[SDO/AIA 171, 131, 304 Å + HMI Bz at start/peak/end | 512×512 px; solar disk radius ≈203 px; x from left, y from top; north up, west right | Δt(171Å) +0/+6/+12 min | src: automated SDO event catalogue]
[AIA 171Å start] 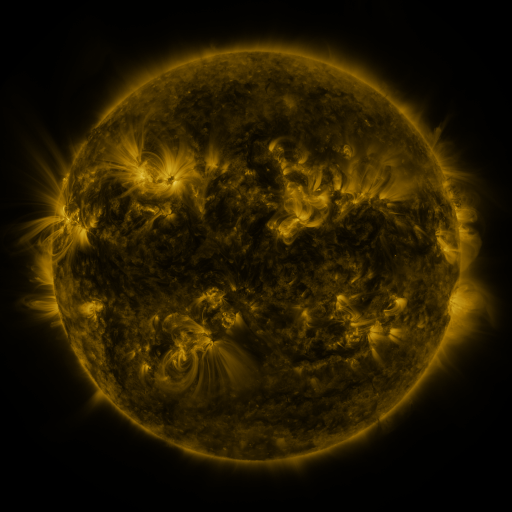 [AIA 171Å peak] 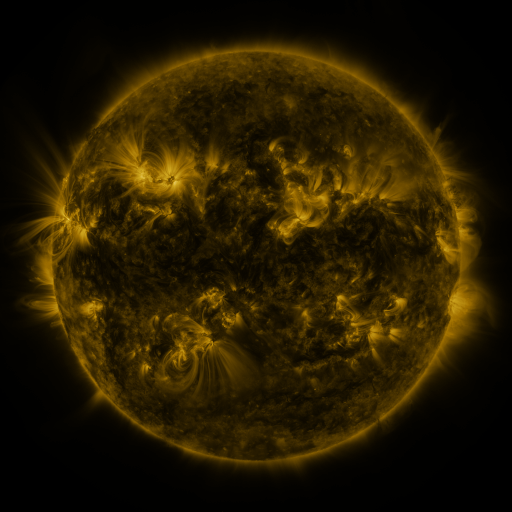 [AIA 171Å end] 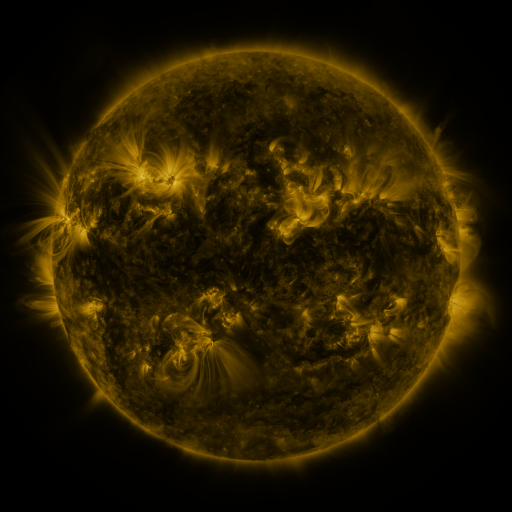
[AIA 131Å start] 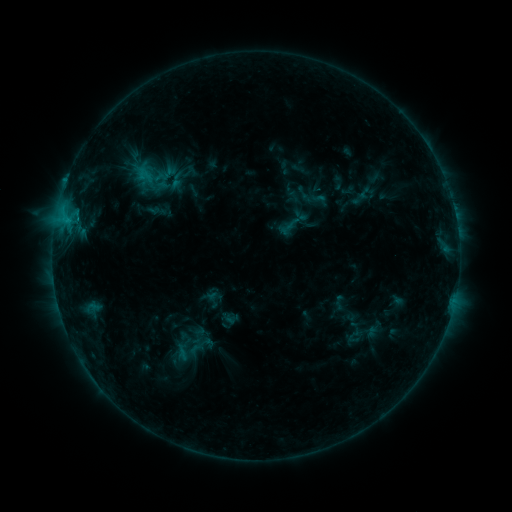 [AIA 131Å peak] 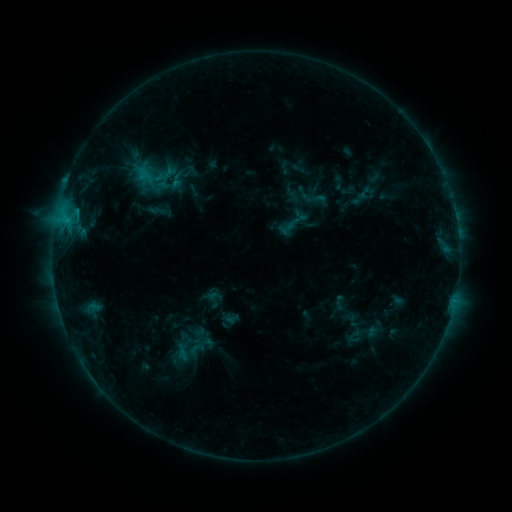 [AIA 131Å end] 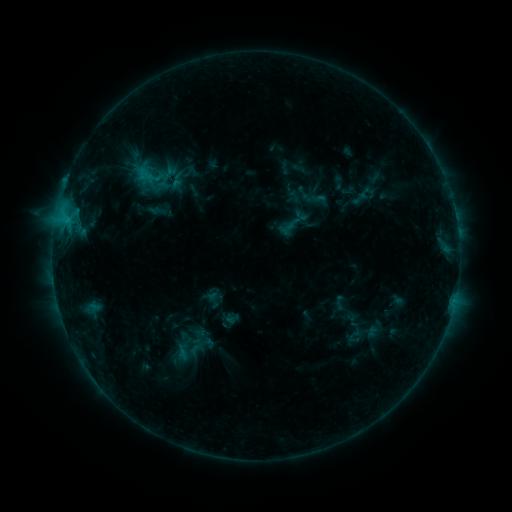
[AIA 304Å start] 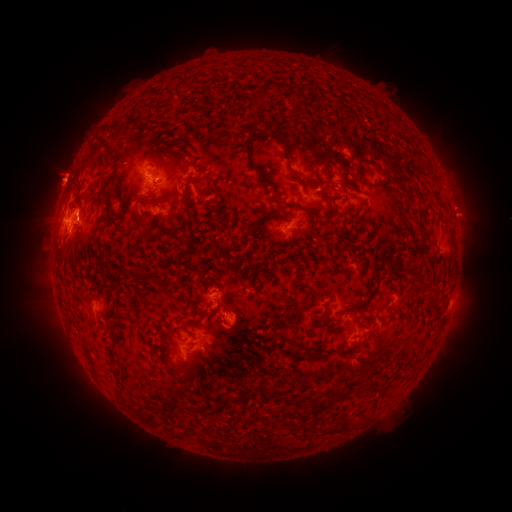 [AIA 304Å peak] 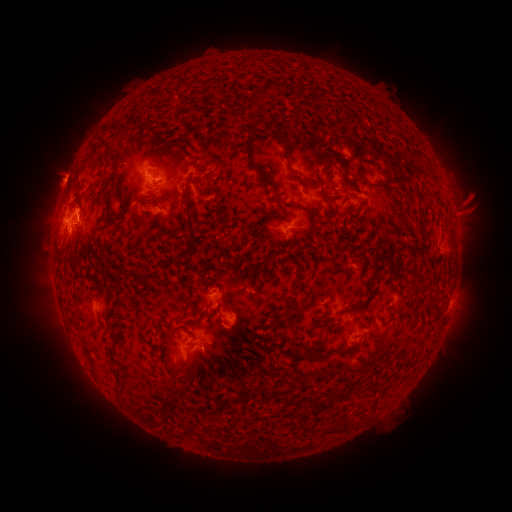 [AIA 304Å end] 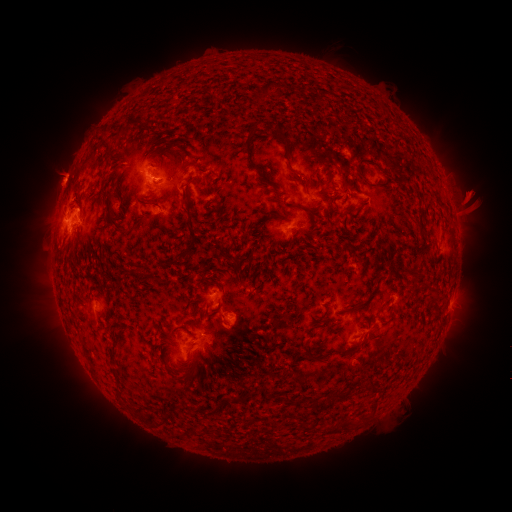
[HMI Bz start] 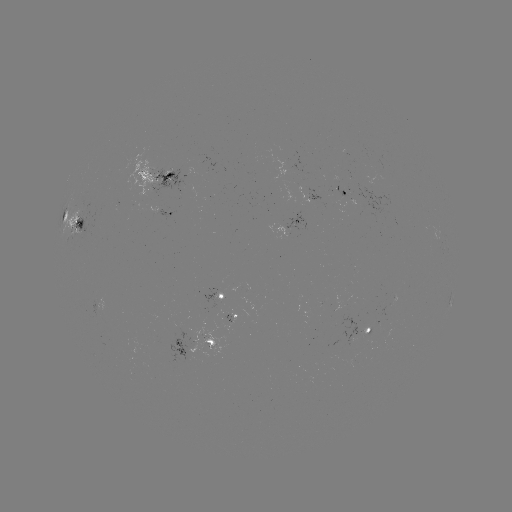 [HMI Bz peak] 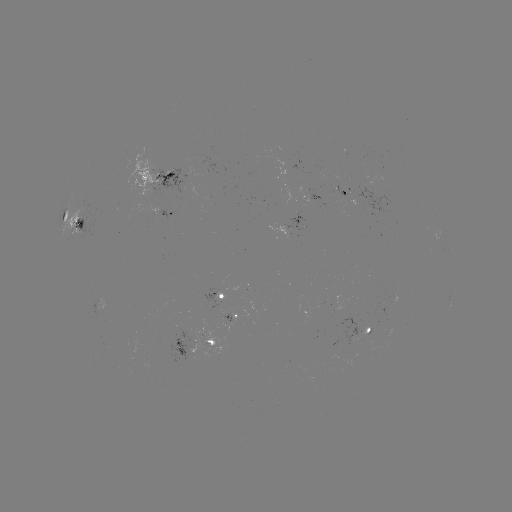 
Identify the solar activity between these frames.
eruption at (474, 199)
